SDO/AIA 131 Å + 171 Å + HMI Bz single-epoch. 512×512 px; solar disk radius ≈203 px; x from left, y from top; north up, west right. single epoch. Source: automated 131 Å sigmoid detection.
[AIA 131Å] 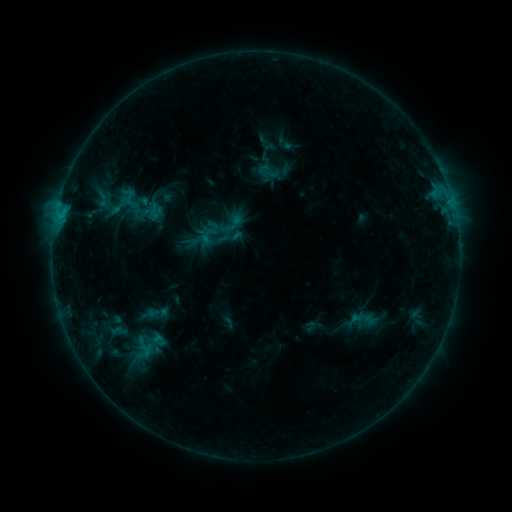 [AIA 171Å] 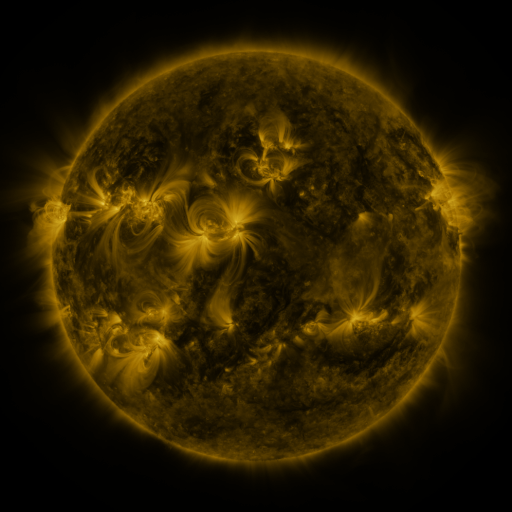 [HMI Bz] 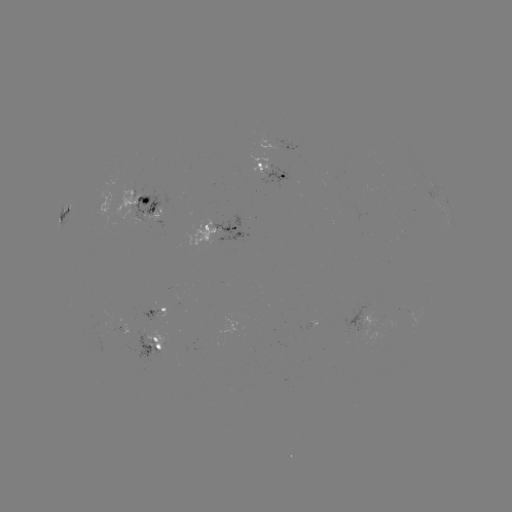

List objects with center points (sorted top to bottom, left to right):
sigmoid: (121, 190, 140, 210)
sigmoid: (197, 226, 218, 247)
